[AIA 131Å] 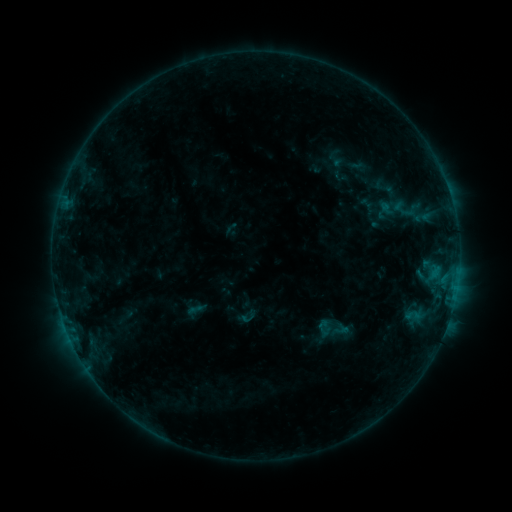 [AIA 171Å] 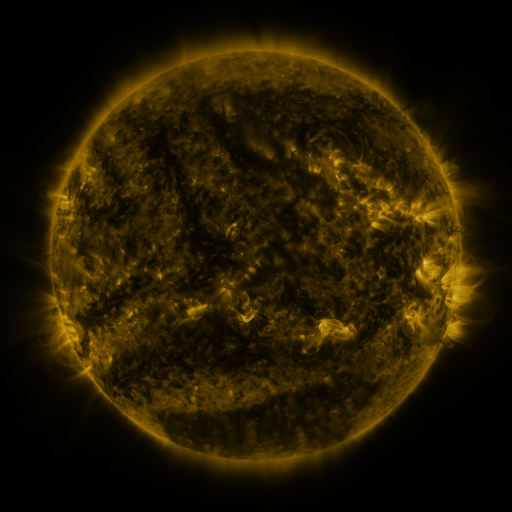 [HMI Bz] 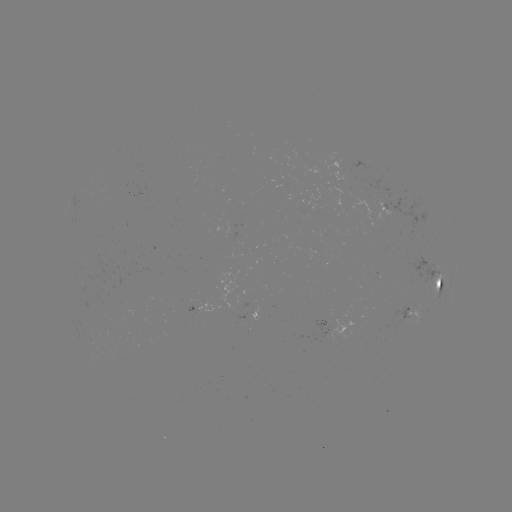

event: sigmoid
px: (392, 207)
